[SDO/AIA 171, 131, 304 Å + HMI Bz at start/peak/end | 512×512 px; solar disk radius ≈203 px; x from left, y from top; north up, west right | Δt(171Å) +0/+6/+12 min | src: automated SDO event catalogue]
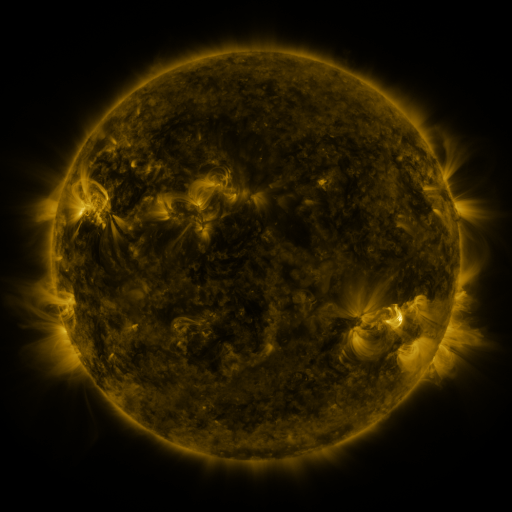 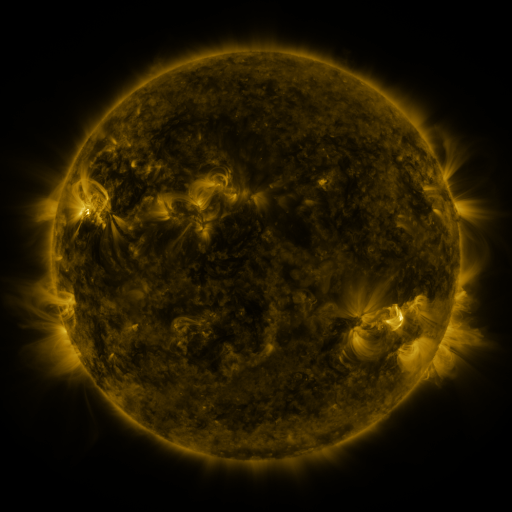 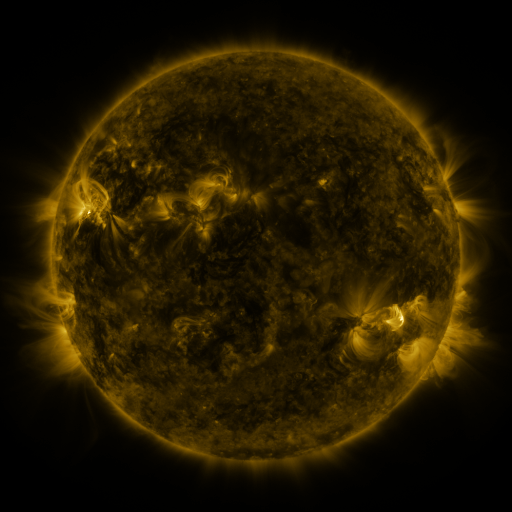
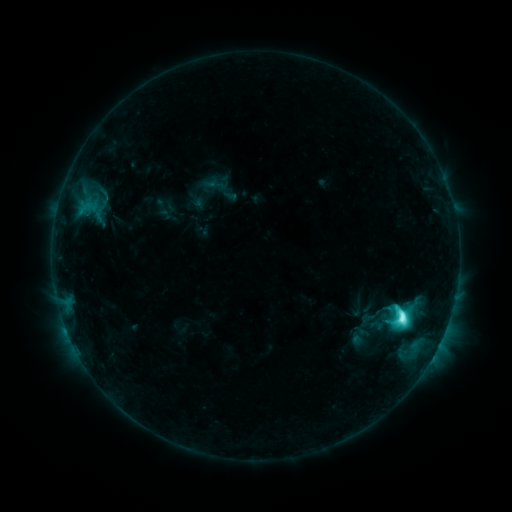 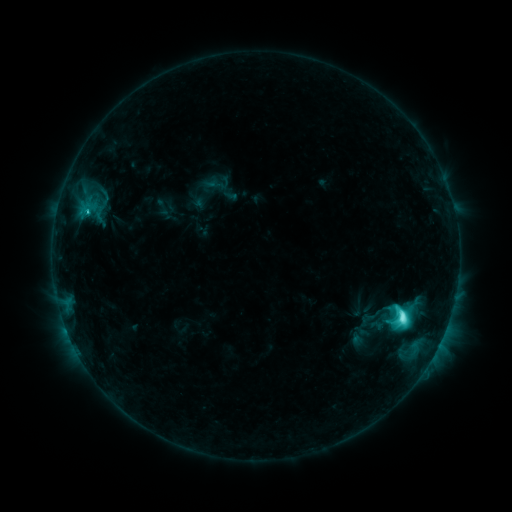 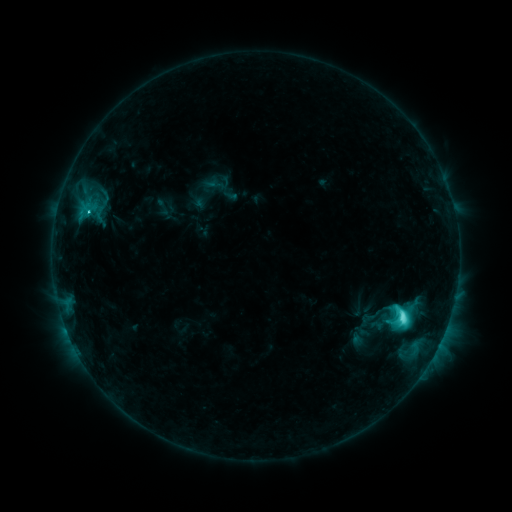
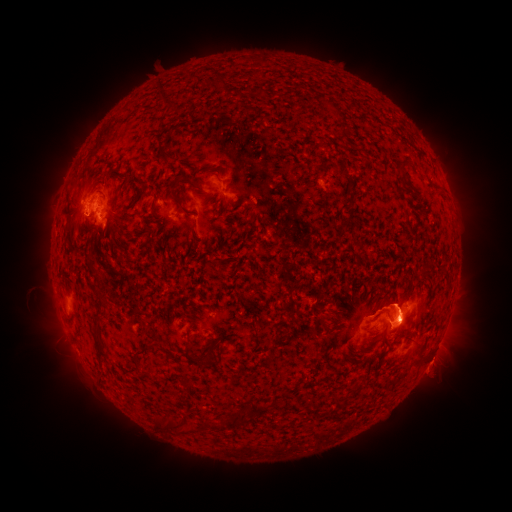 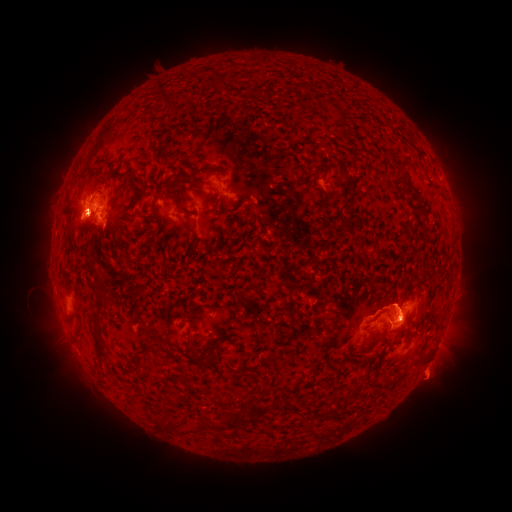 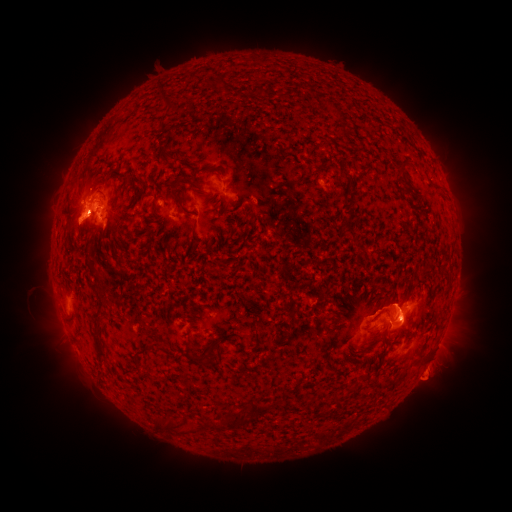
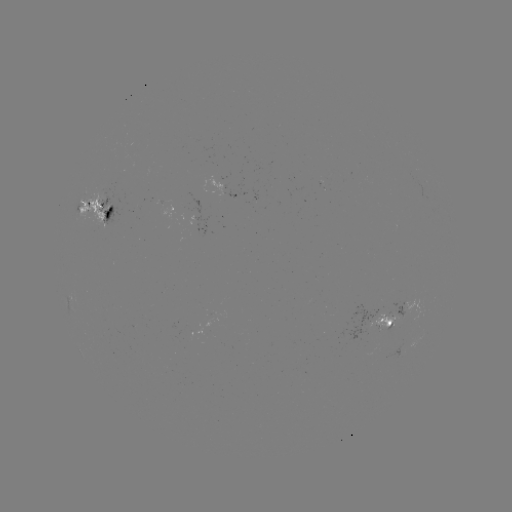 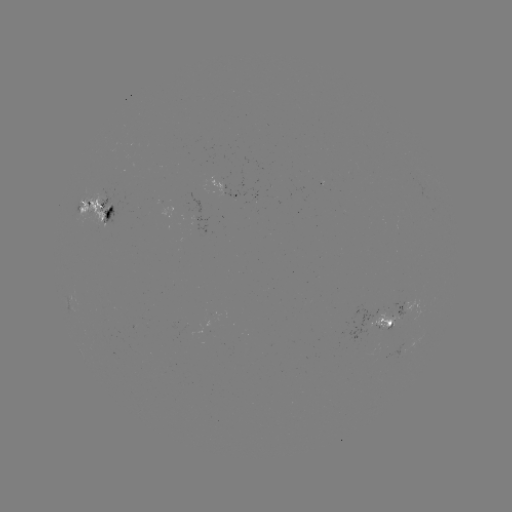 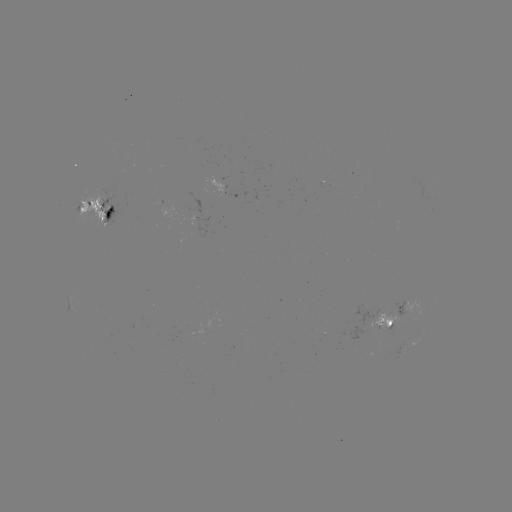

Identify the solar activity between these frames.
eruption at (77, 219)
